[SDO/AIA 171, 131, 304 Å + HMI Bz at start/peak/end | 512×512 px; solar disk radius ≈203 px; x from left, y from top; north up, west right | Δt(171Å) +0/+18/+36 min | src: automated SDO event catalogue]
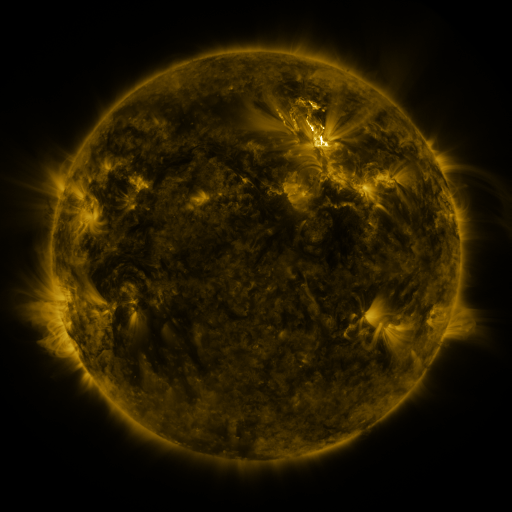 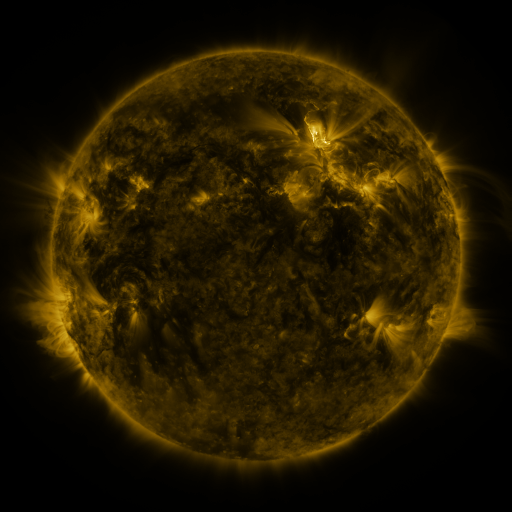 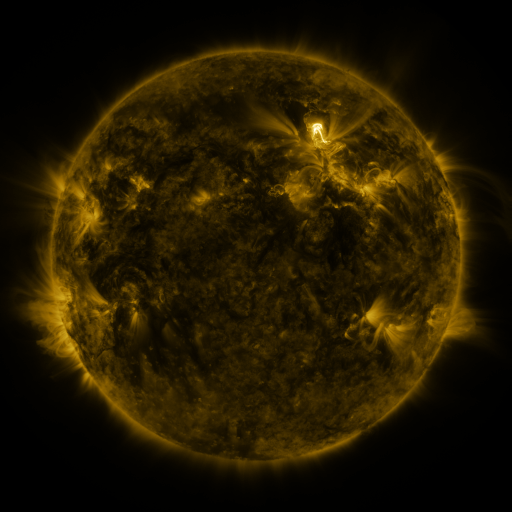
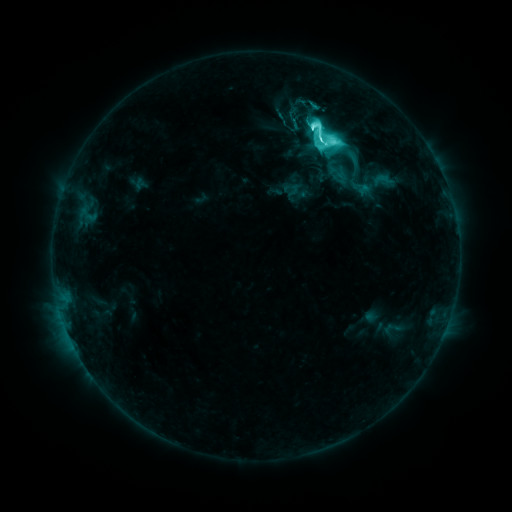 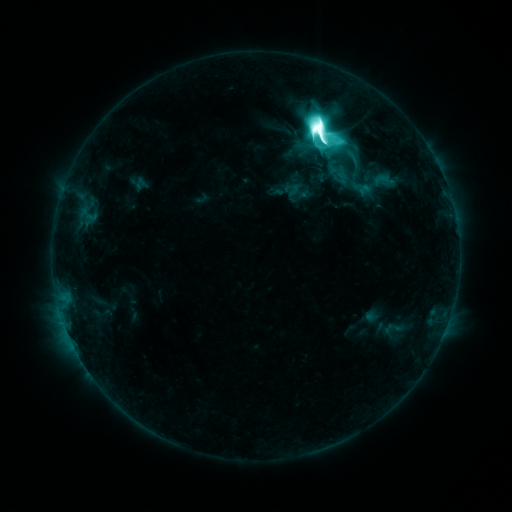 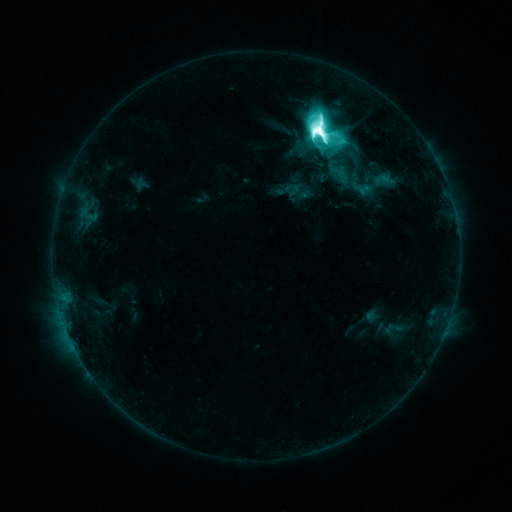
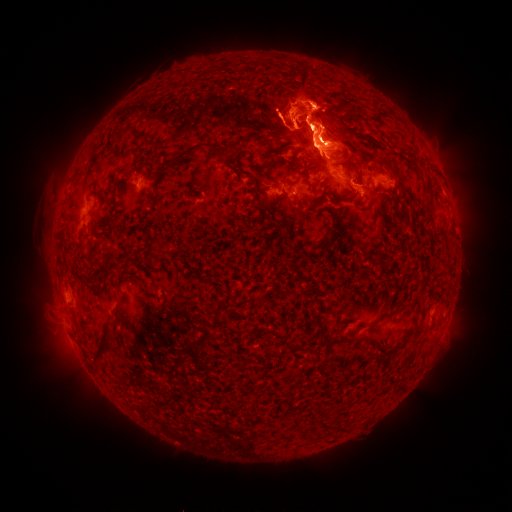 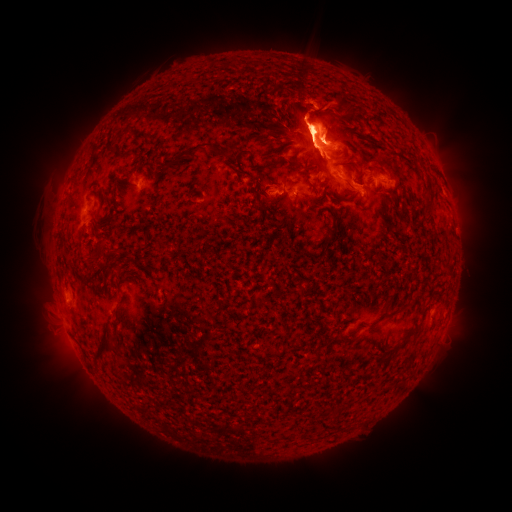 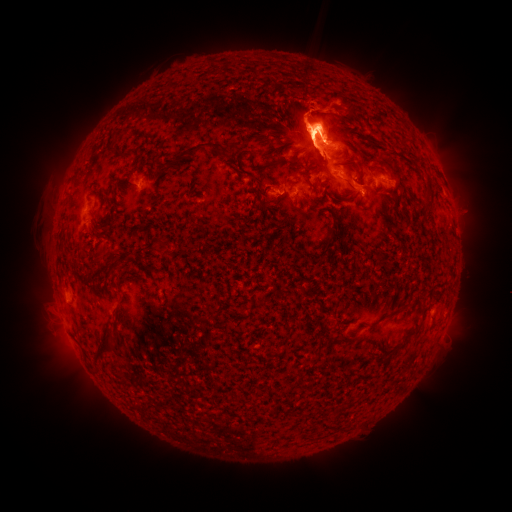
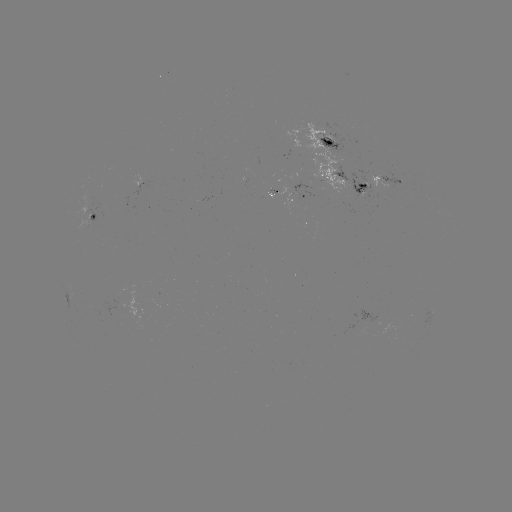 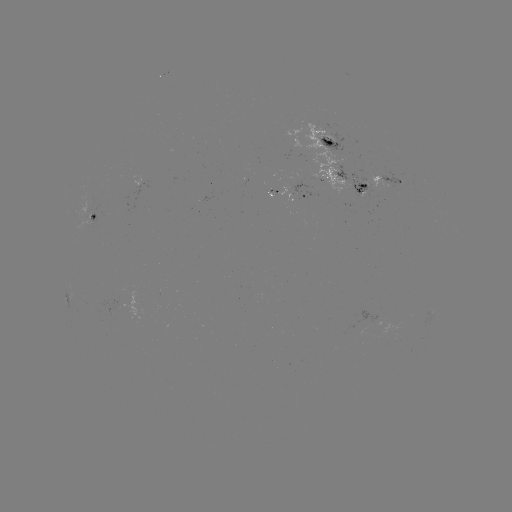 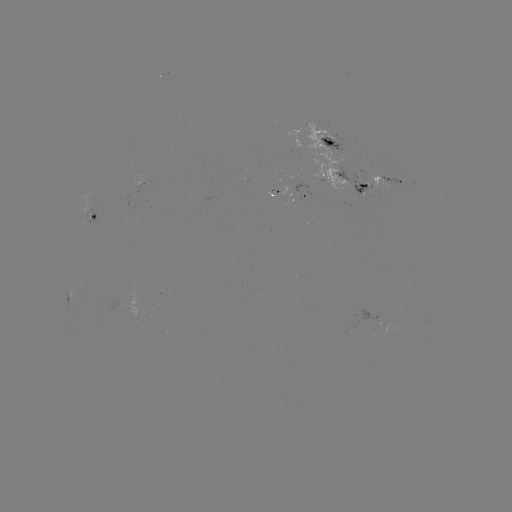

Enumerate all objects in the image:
eruption: (325, 116)
